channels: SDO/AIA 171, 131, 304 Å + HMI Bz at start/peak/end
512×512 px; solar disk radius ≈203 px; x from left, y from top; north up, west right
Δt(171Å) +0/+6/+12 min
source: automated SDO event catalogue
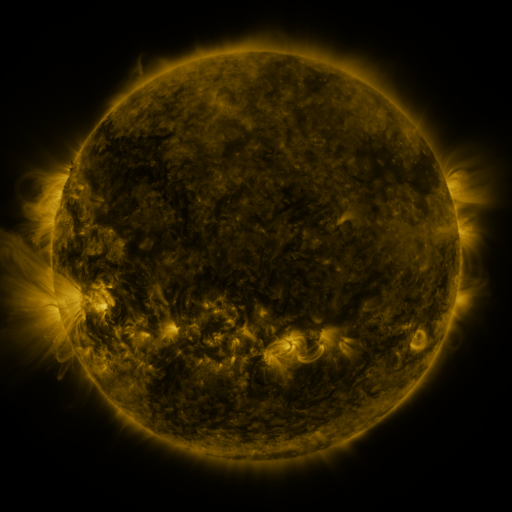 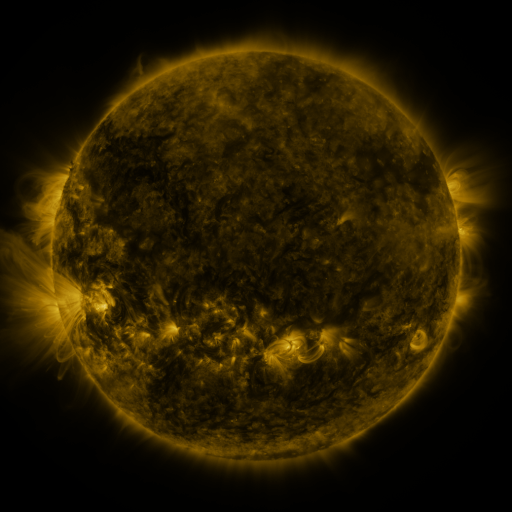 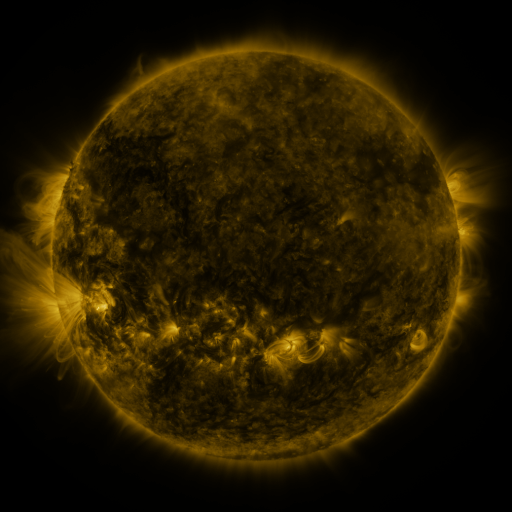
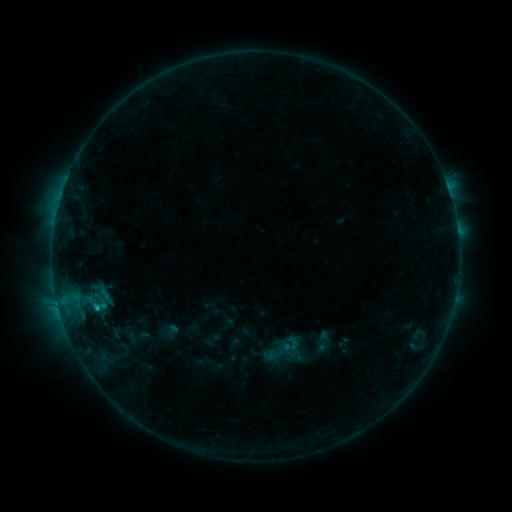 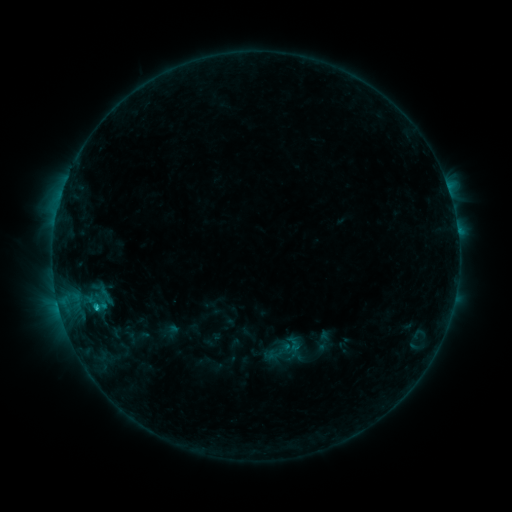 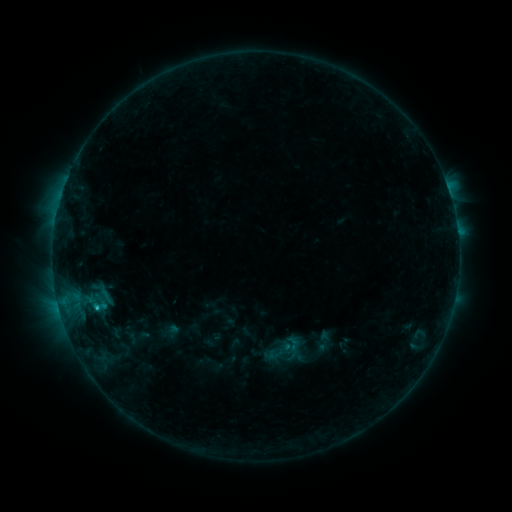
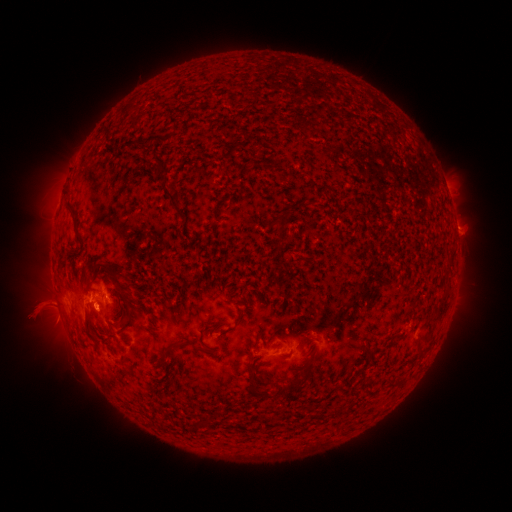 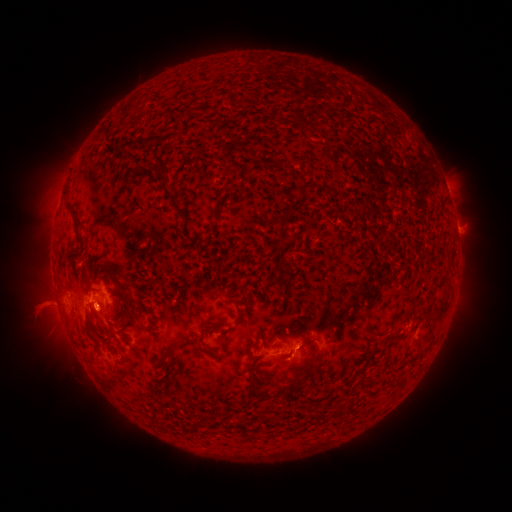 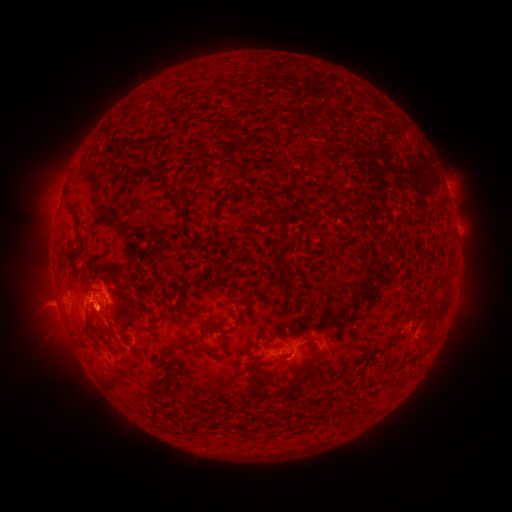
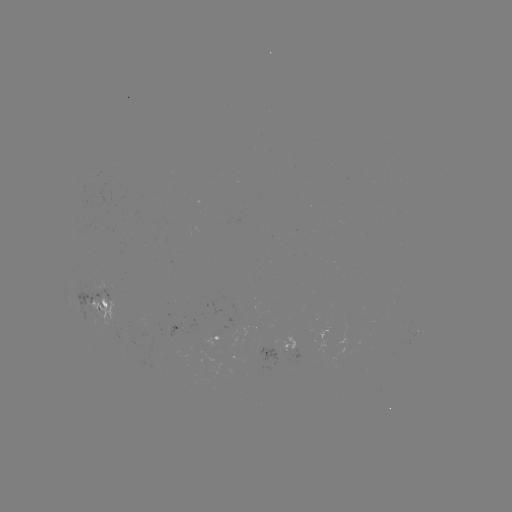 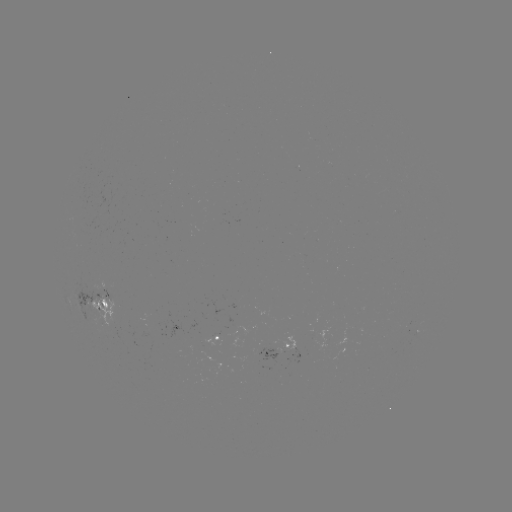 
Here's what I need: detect C1.1 flare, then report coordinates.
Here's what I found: C1.1 flare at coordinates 98,307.